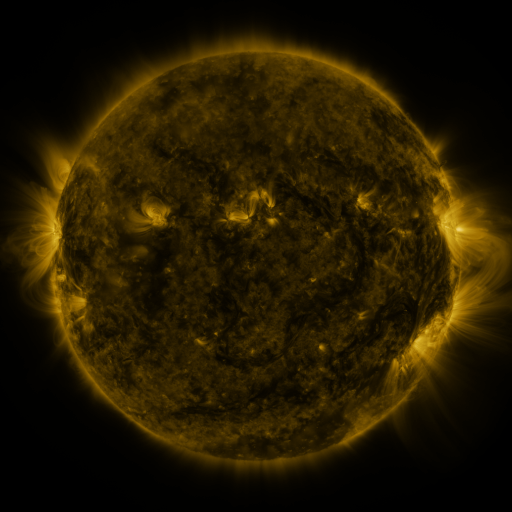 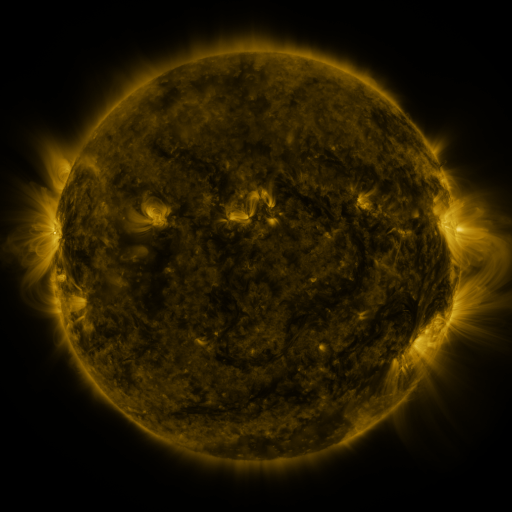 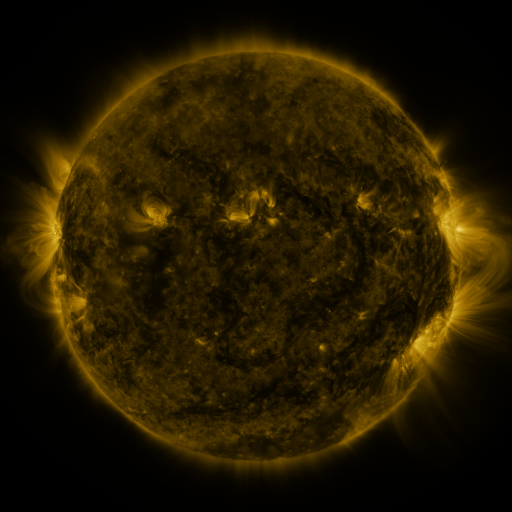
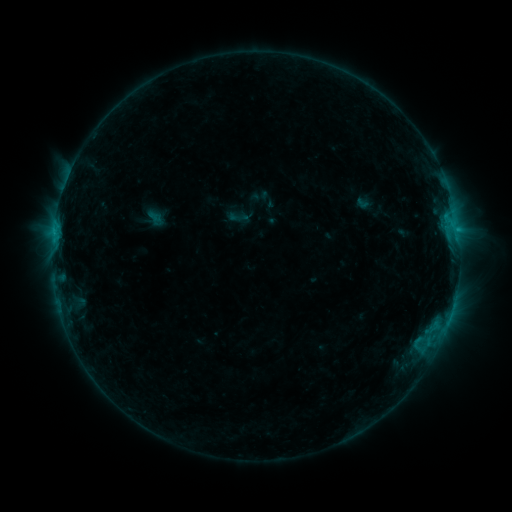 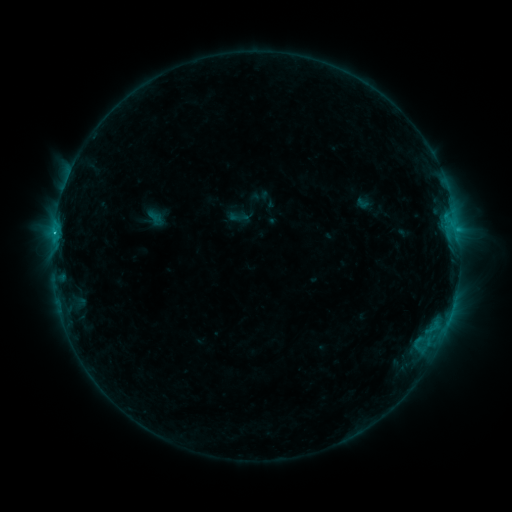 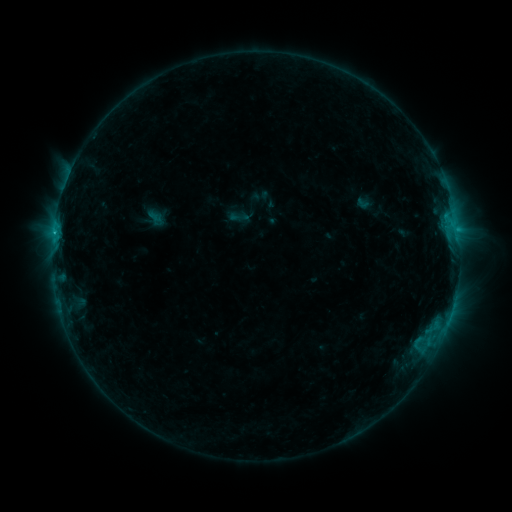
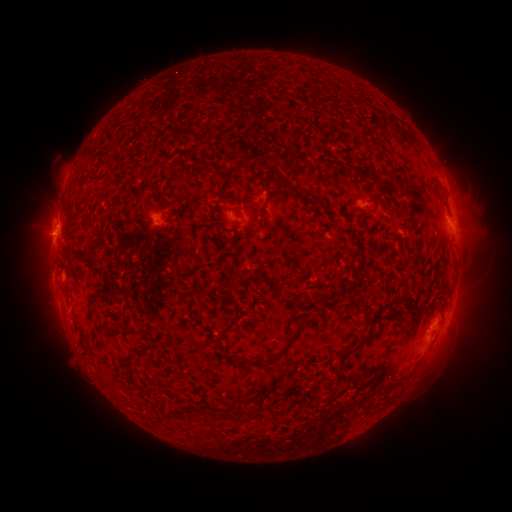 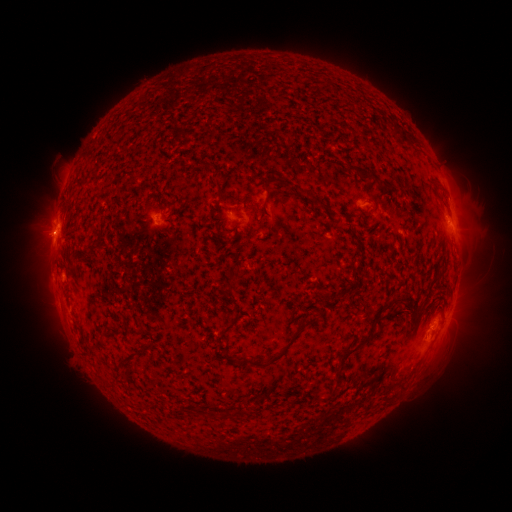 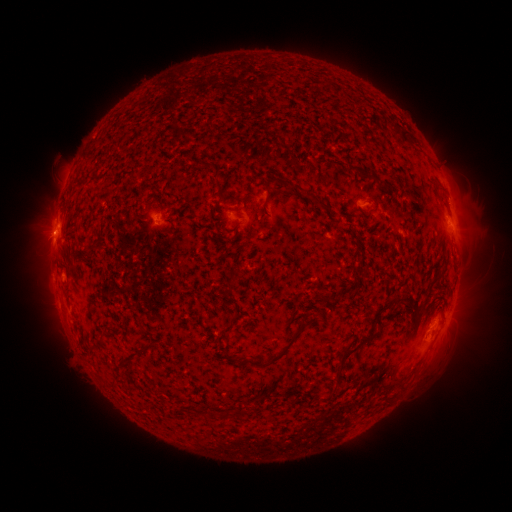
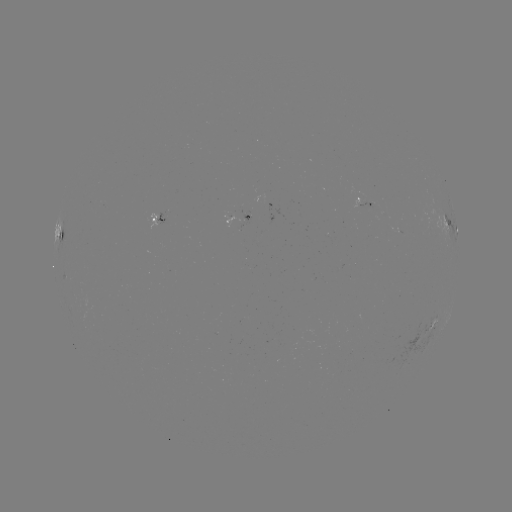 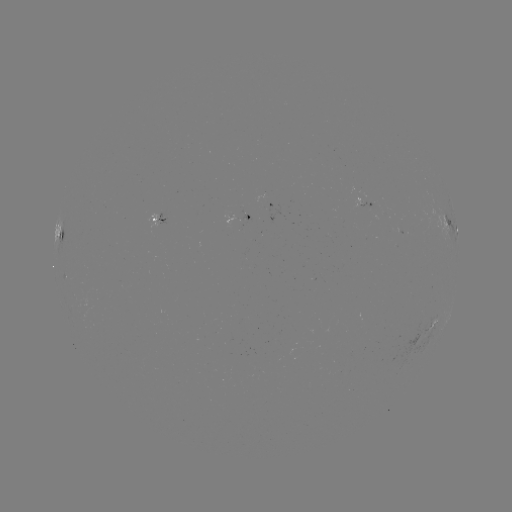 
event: flare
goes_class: B9.3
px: (55, 237)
